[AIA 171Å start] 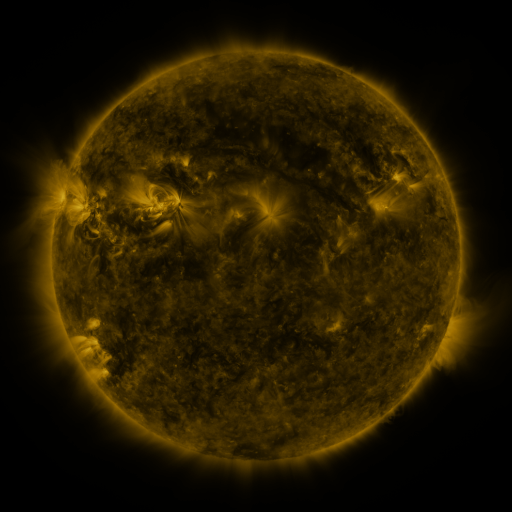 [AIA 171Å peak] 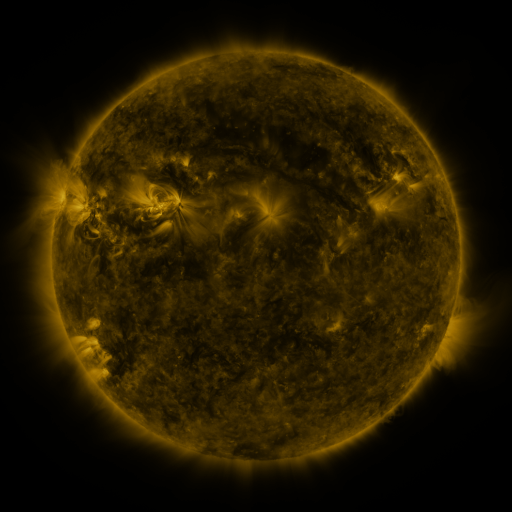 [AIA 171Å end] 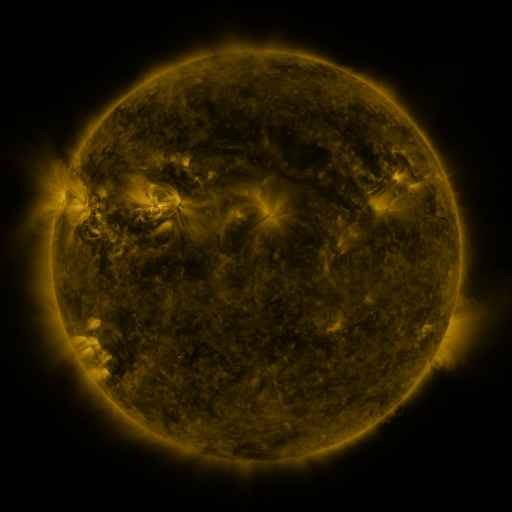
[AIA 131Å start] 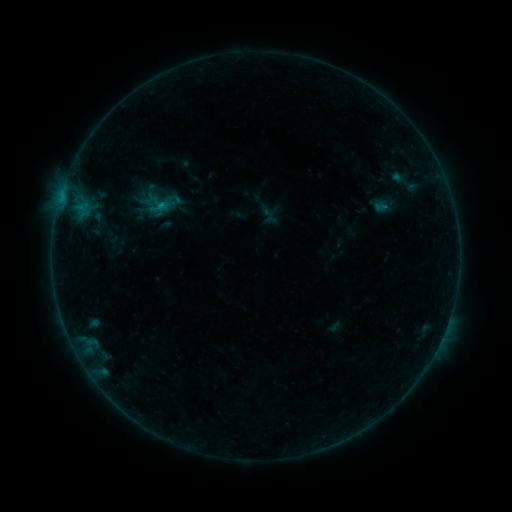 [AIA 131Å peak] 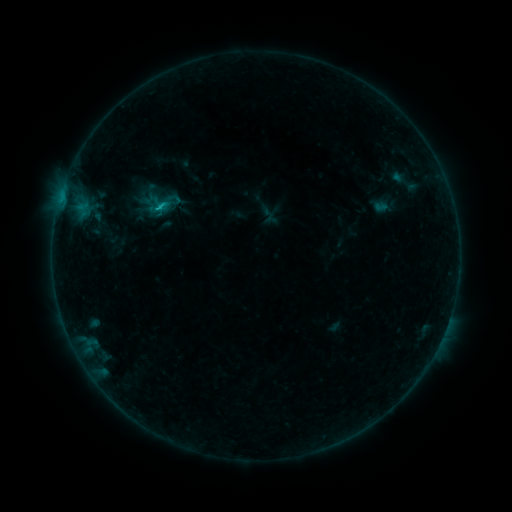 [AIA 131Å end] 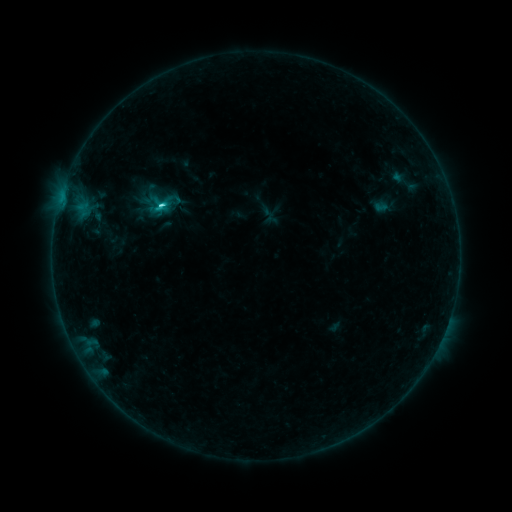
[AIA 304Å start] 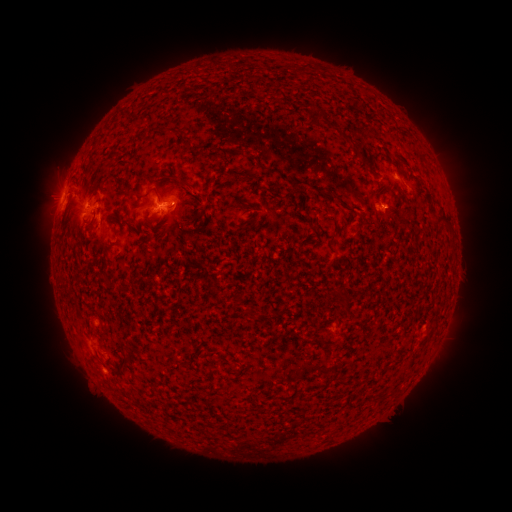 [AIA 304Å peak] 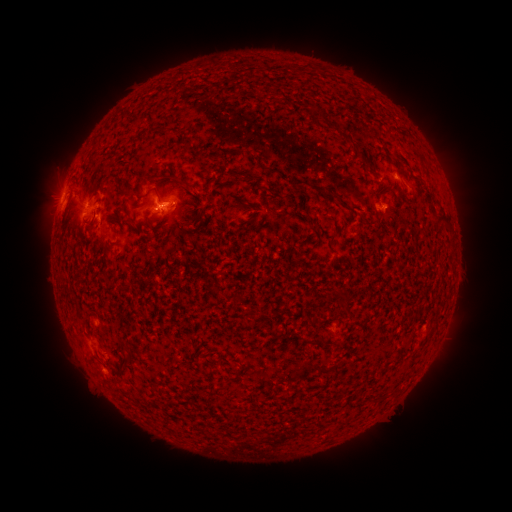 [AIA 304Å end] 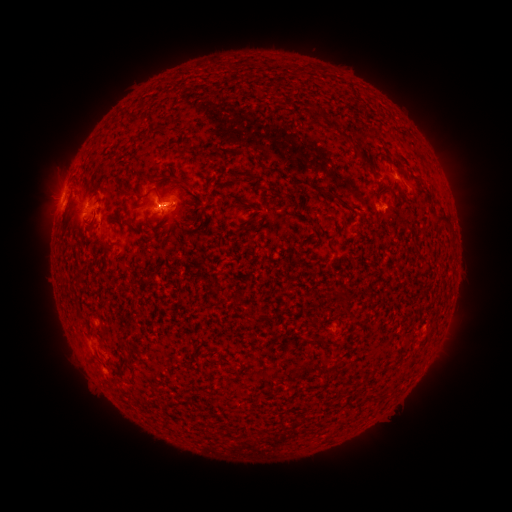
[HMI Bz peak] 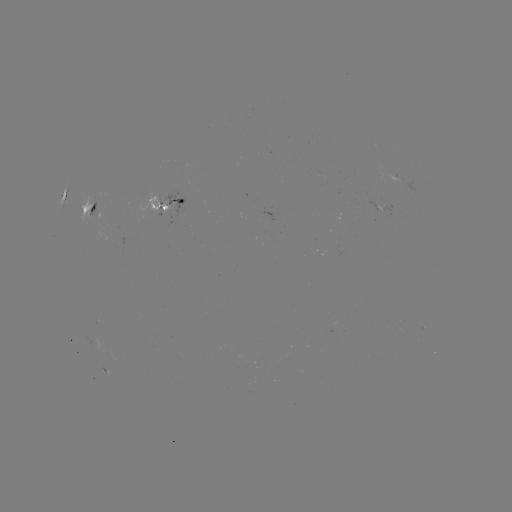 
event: flare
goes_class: C1.9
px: (161, 209)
